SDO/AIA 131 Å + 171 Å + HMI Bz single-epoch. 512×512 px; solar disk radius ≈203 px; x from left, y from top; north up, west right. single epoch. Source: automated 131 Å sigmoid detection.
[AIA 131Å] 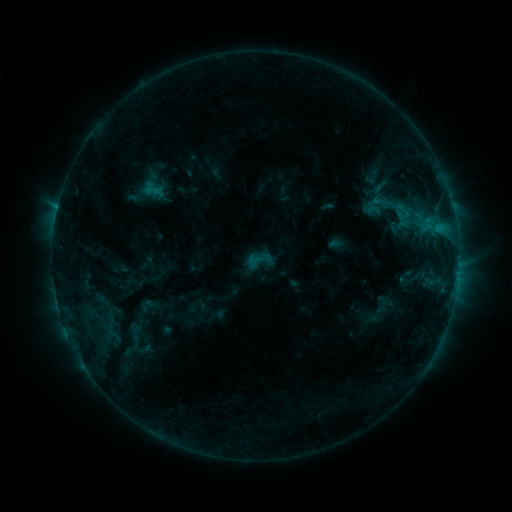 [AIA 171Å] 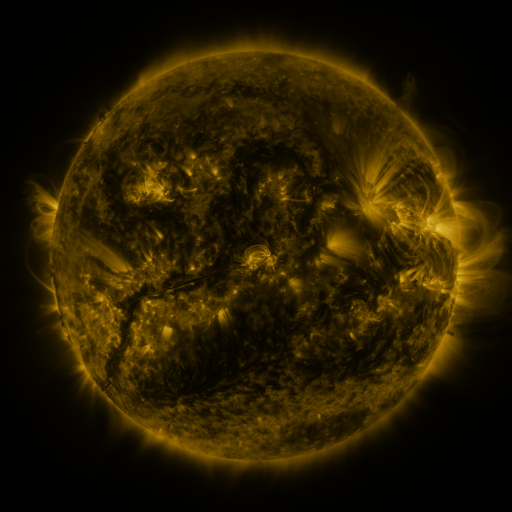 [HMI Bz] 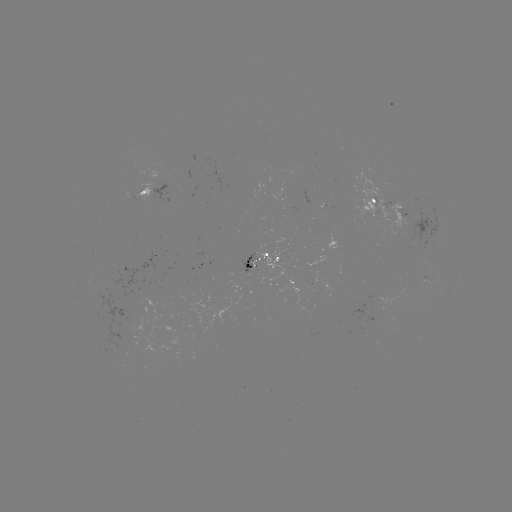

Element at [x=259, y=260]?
sigmoid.